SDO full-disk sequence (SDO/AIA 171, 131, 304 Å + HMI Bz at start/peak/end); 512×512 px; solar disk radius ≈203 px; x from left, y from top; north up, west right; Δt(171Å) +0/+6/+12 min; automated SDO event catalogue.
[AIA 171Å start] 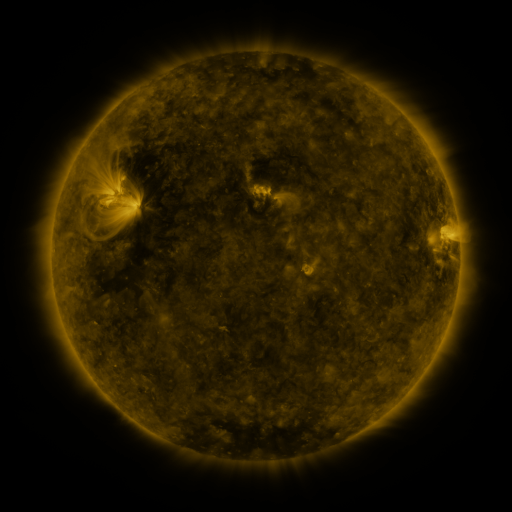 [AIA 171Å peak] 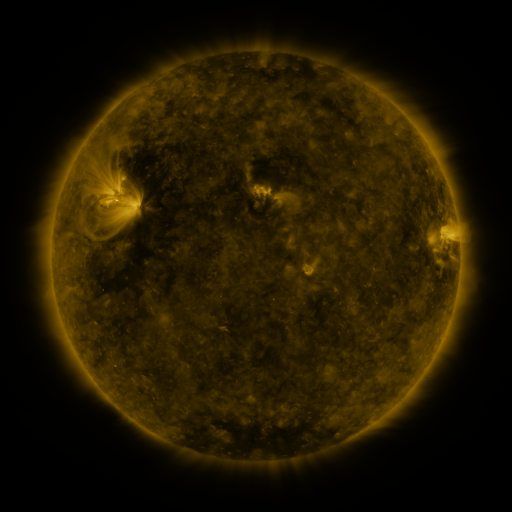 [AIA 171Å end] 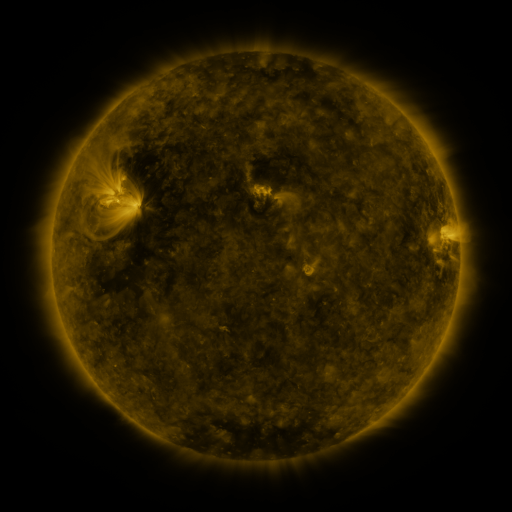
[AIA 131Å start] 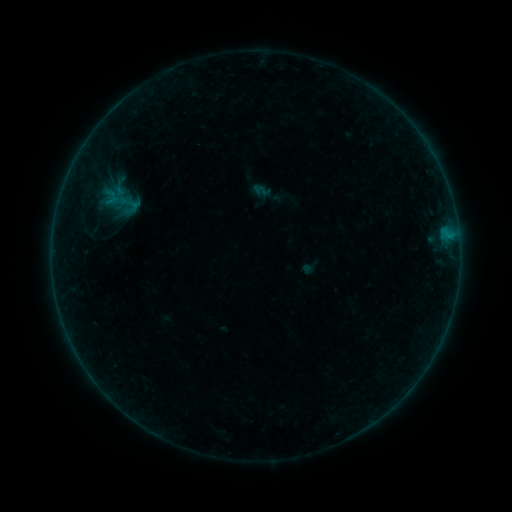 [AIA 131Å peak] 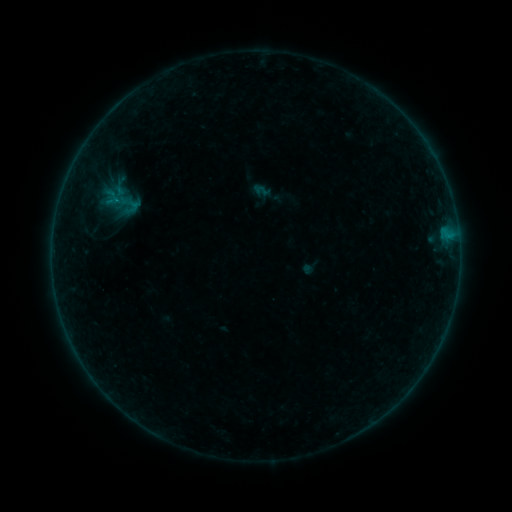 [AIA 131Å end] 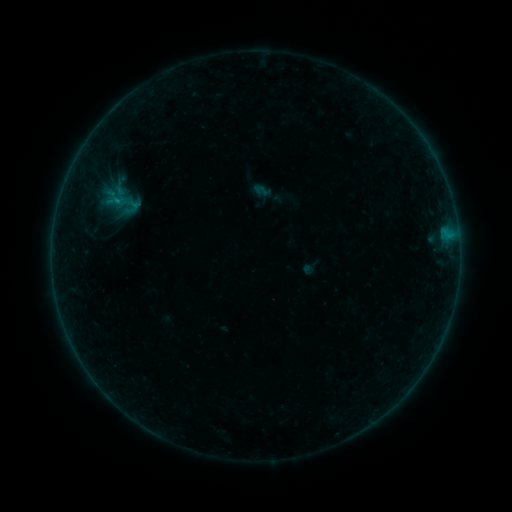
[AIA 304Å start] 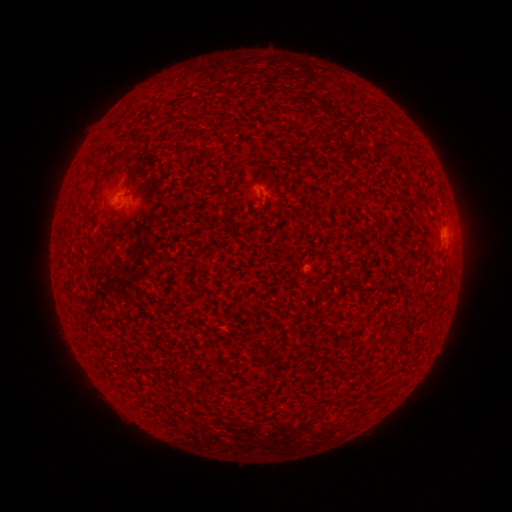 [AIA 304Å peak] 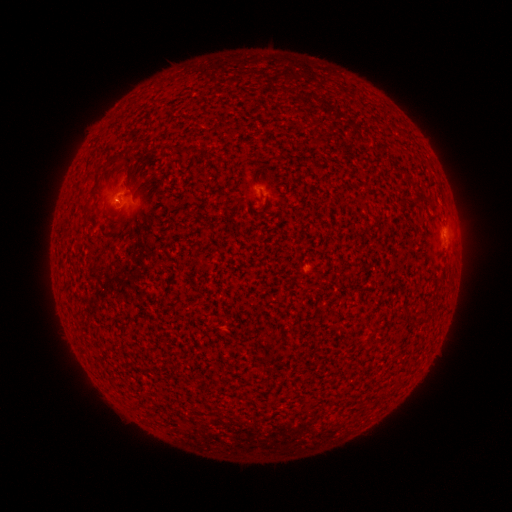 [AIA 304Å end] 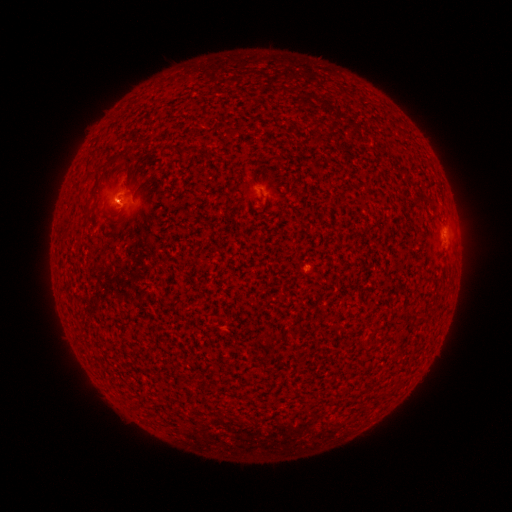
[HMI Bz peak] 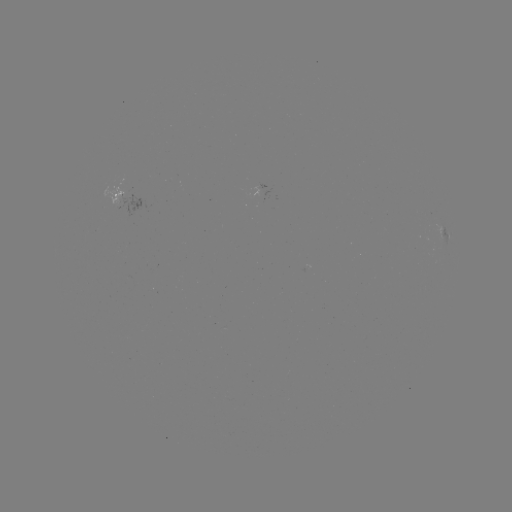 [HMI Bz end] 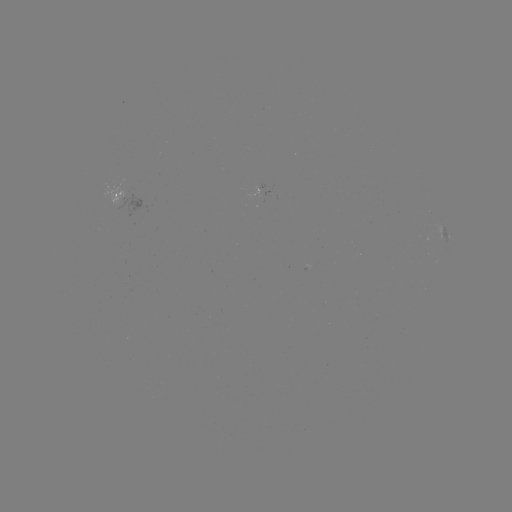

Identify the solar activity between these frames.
B1.1 flare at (118, 203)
